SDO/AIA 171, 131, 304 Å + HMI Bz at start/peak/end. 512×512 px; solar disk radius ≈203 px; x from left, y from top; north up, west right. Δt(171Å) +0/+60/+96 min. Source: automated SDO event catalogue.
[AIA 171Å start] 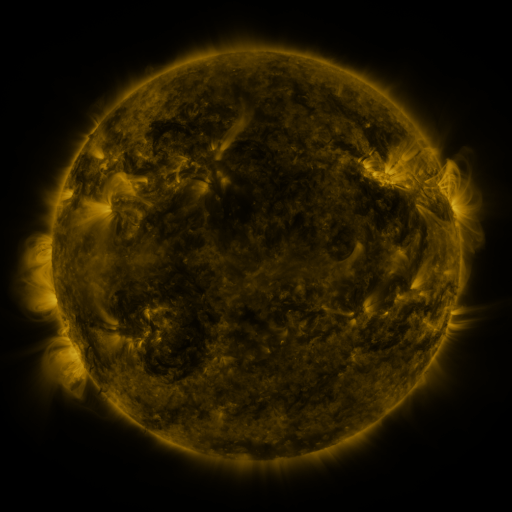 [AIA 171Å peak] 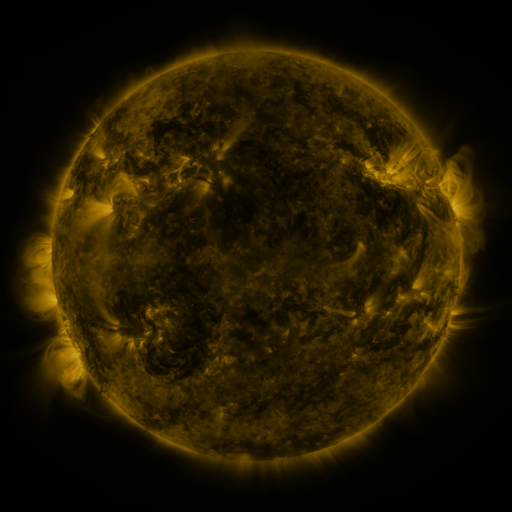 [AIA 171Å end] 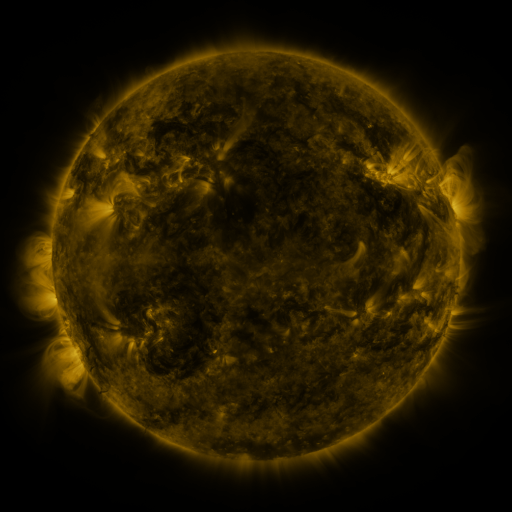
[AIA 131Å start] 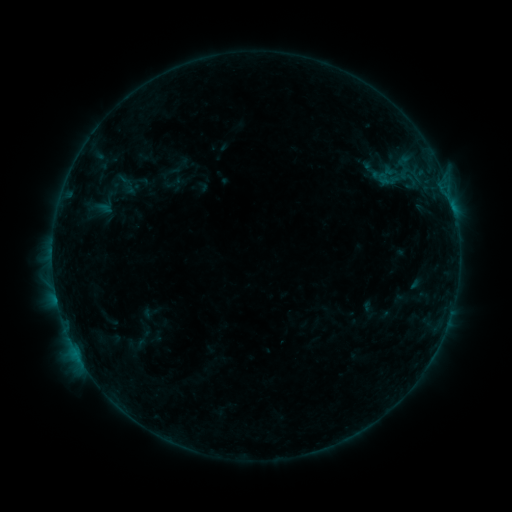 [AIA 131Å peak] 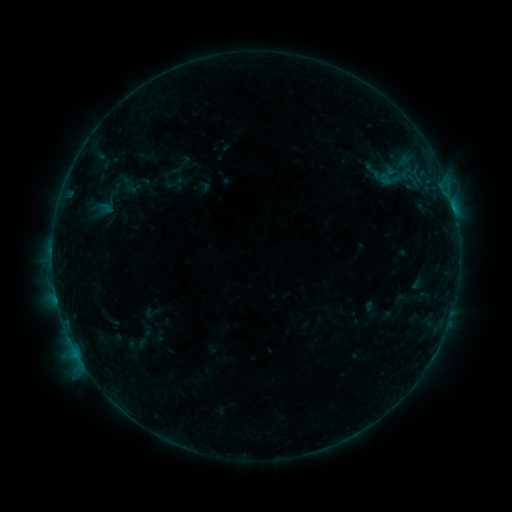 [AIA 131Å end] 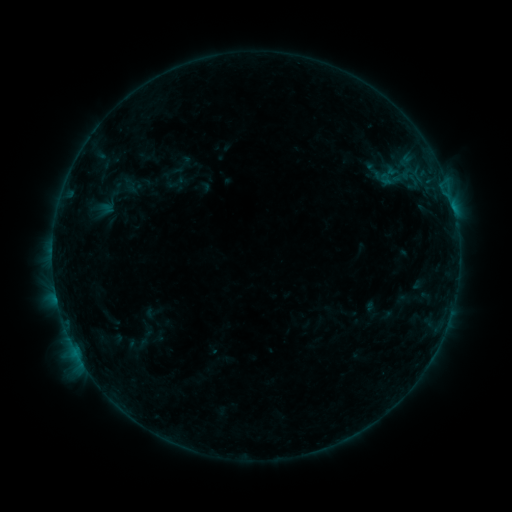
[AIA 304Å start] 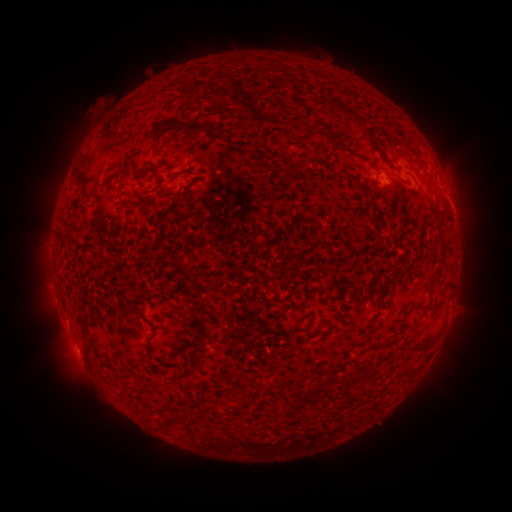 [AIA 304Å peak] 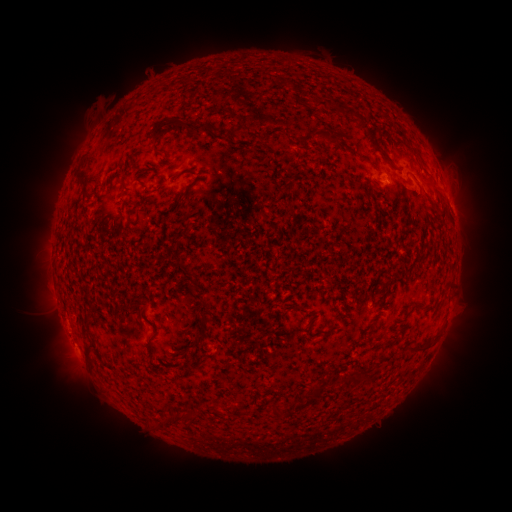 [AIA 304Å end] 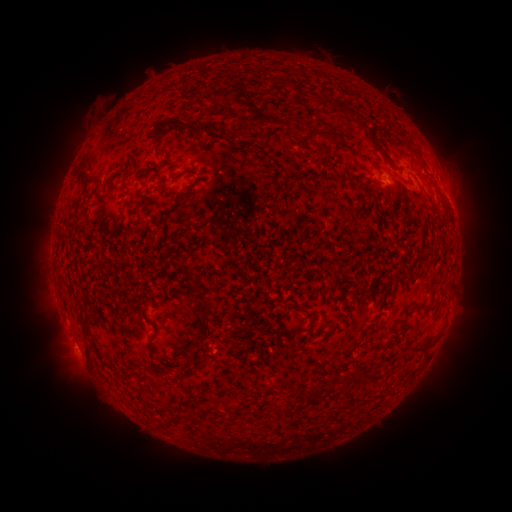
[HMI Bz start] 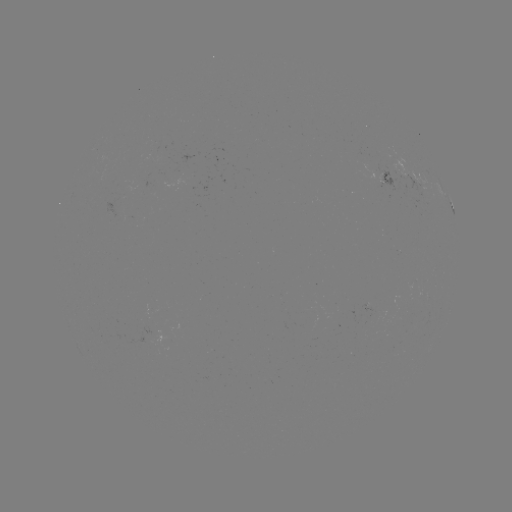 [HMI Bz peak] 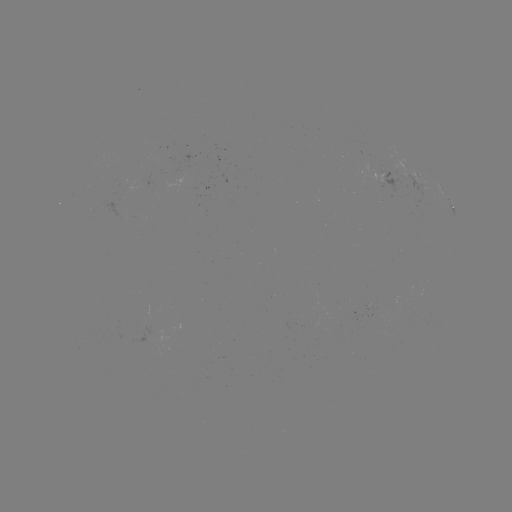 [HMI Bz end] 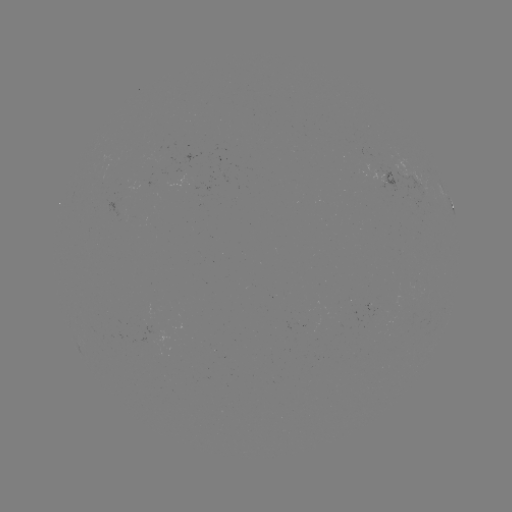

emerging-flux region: <bbox>168, 164, 185, 189</bbox>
